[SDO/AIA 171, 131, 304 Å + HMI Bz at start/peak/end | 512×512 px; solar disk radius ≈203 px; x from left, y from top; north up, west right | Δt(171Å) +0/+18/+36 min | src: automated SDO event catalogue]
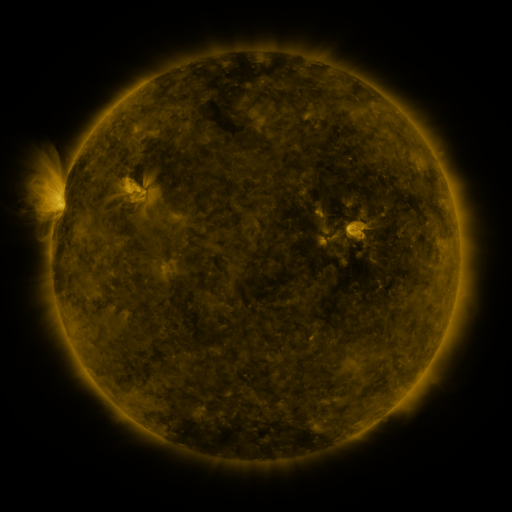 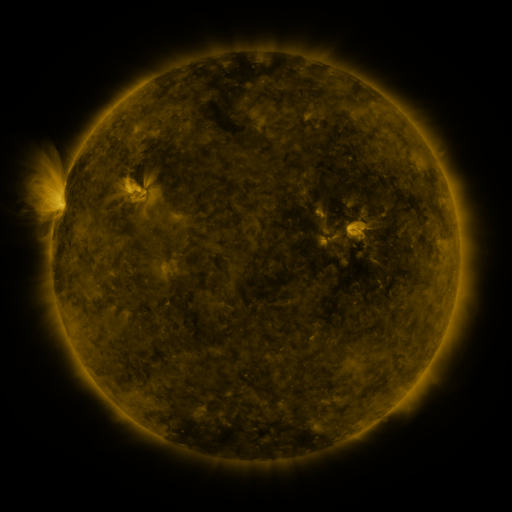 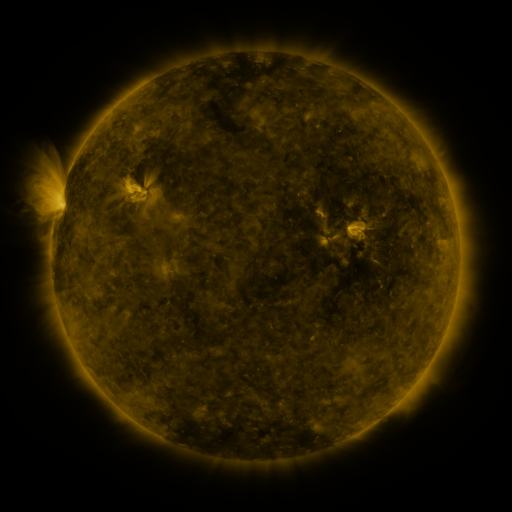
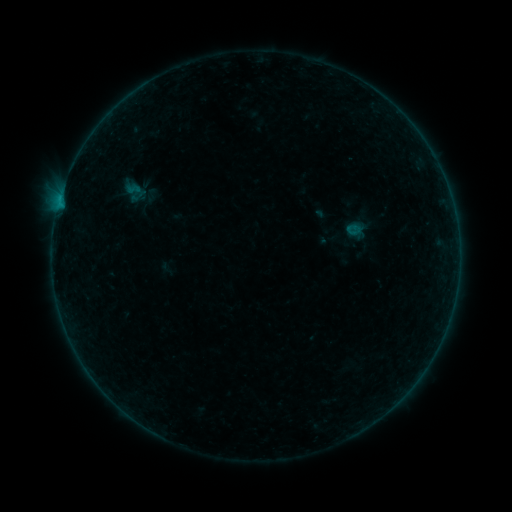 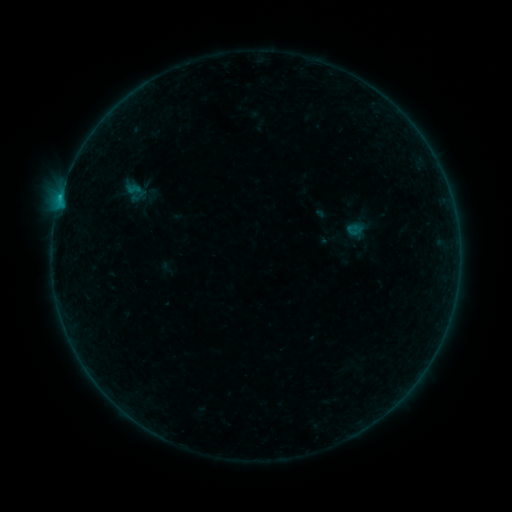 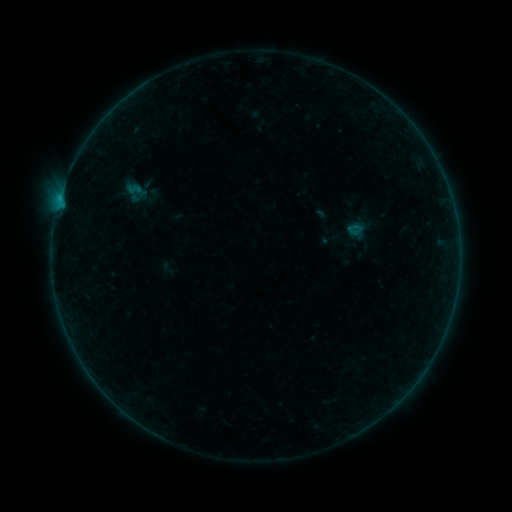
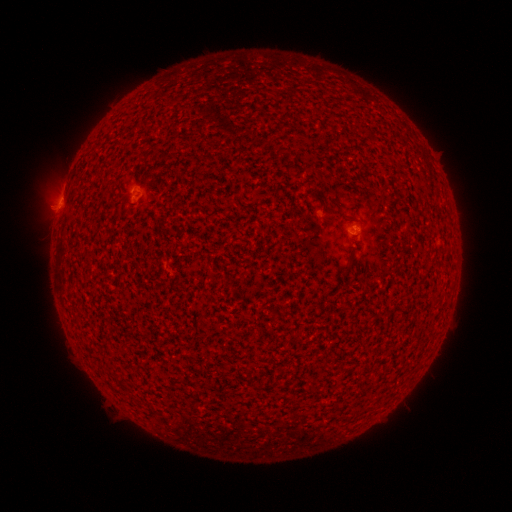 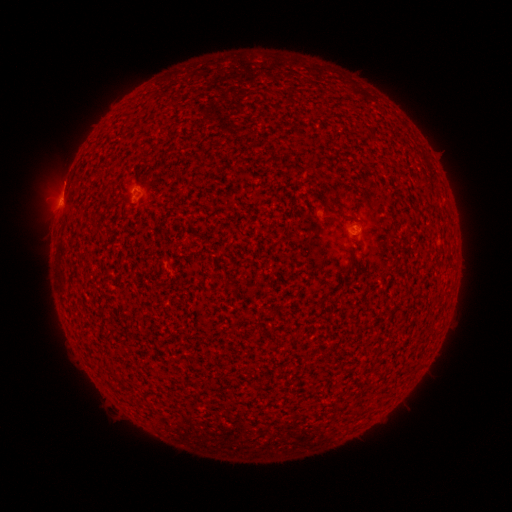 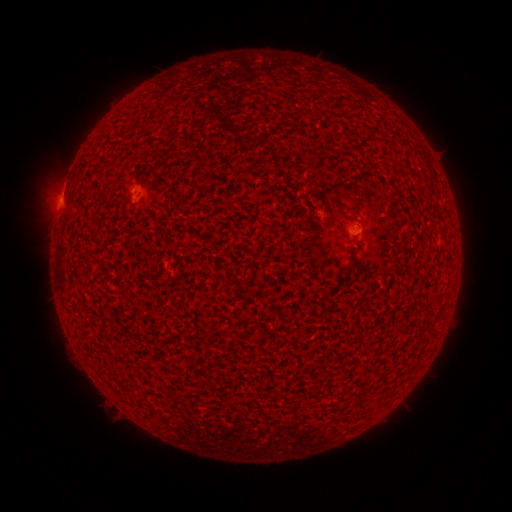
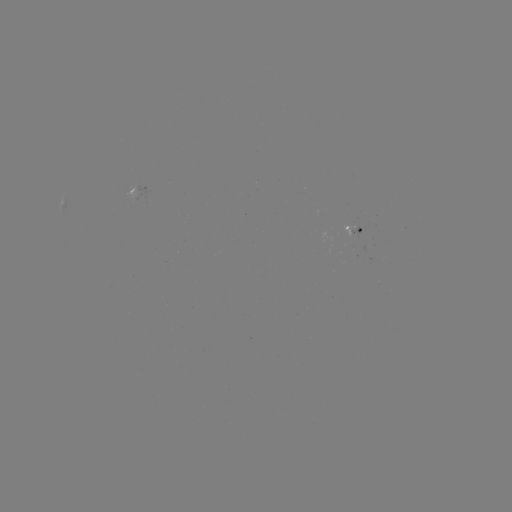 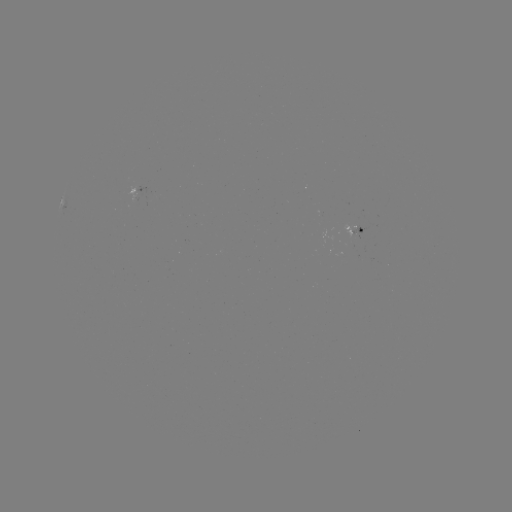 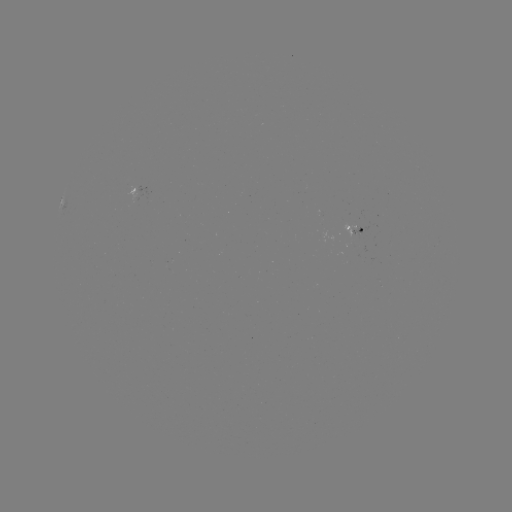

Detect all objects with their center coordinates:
B3.0 flare: (60, 199)
